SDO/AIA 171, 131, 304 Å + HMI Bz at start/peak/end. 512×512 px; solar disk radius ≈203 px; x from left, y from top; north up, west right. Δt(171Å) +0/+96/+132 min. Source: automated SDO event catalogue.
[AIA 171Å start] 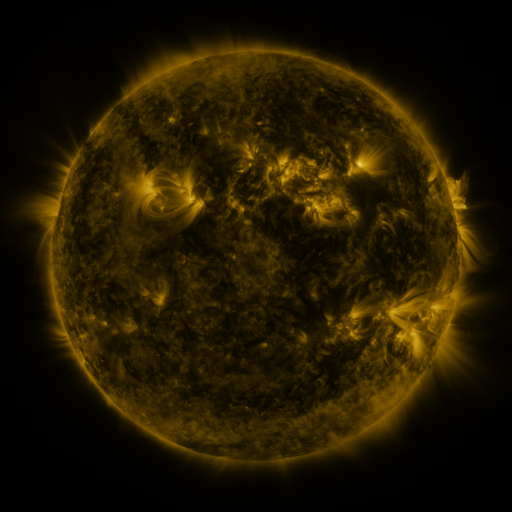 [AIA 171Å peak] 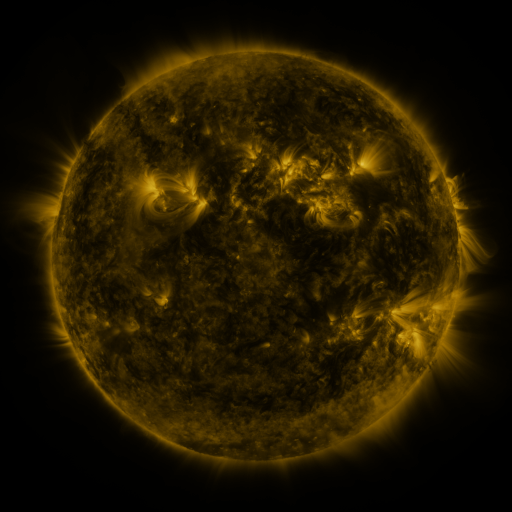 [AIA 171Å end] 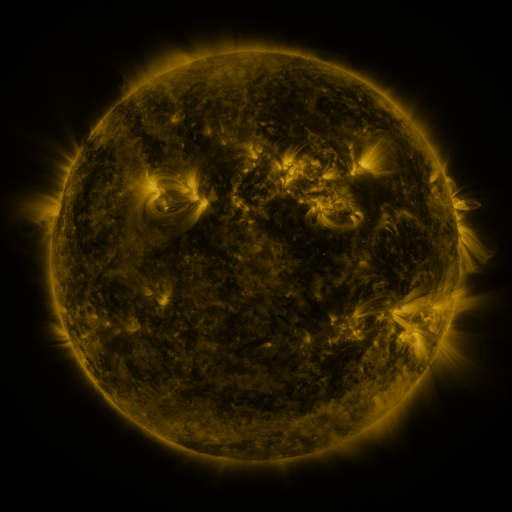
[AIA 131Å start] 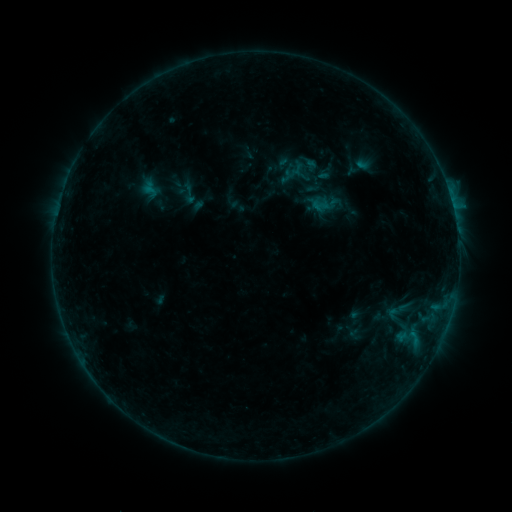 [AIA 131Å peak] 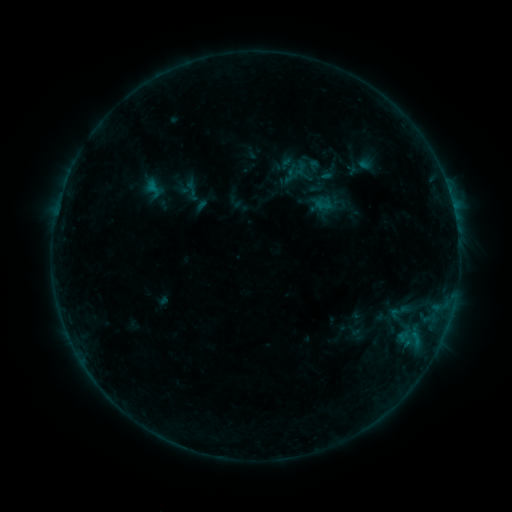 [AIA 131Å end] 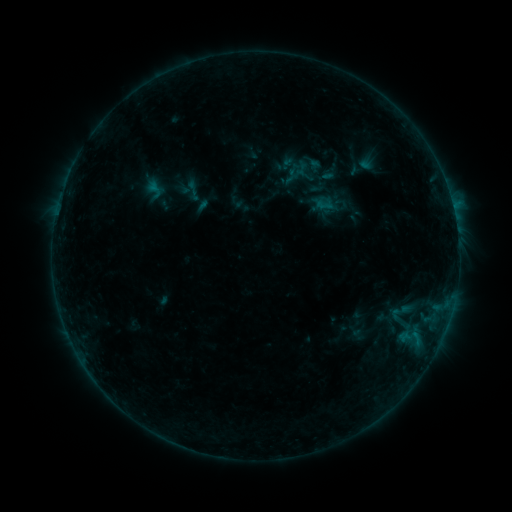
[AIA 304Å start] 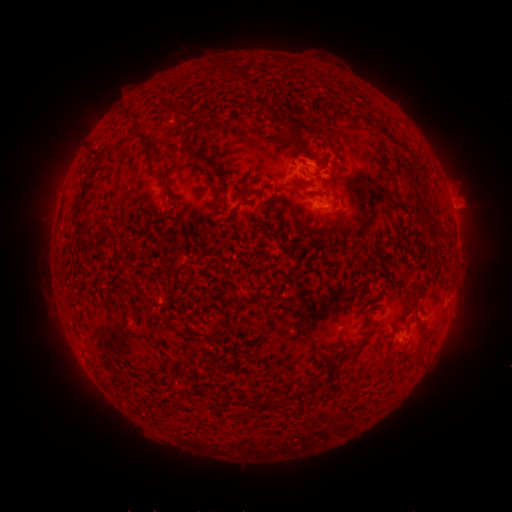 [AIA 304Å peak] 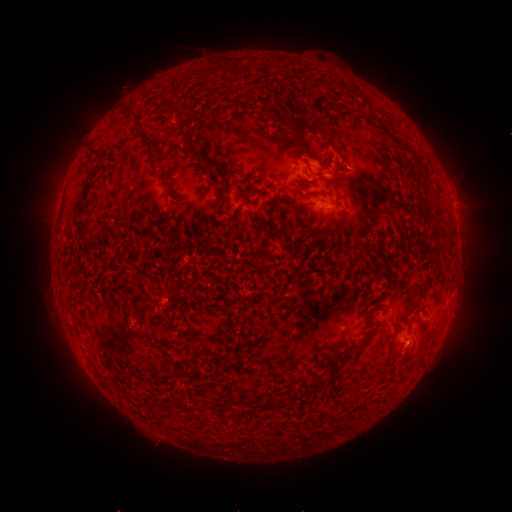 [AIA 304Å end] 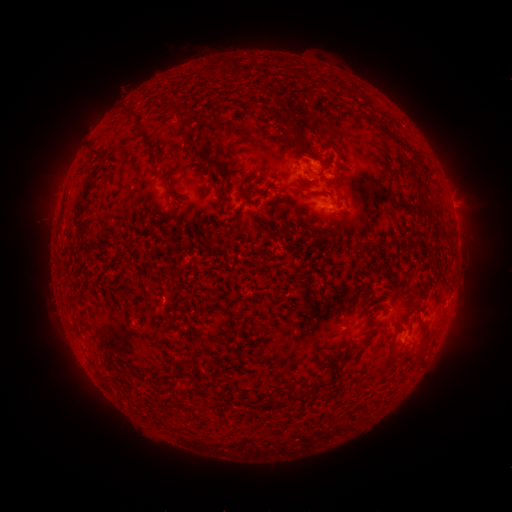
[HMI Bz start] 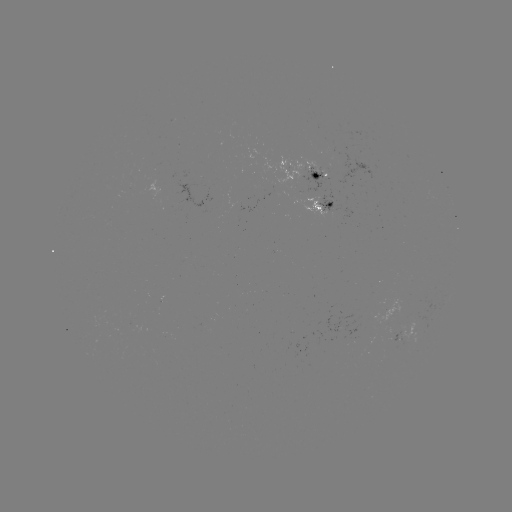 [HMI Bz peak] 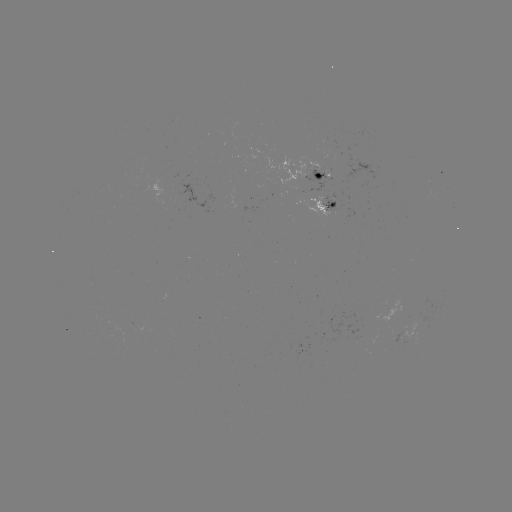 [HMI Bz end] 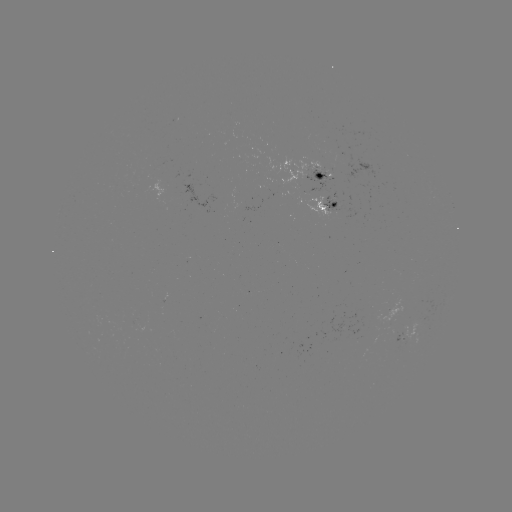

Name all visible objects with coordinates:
emerging-flux region: (278, 194)
